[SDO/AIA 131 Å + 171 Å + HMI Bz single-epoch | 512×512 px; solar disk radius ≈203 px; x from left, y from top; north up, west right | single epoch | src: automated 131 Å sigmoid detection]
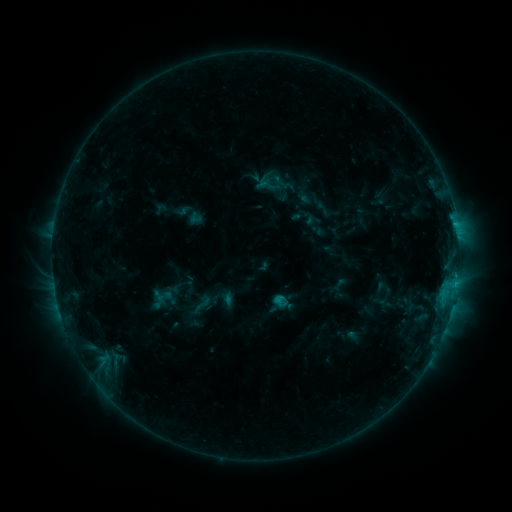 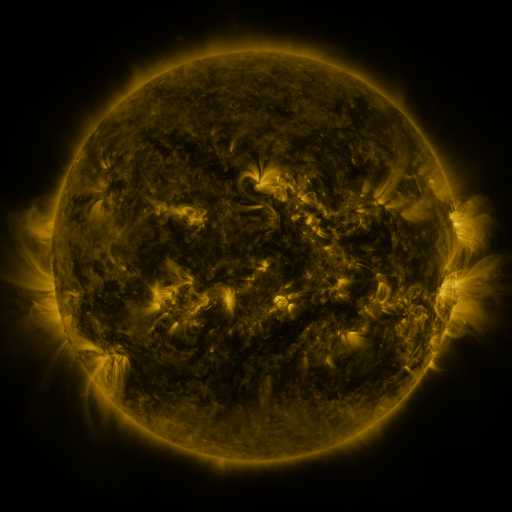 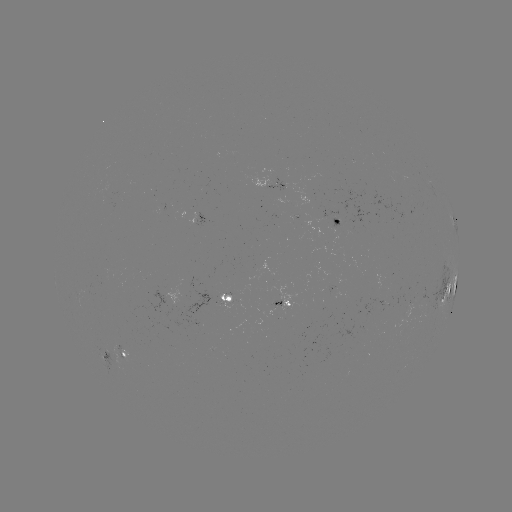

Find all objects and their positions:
sigmoid: (189, 293, 214, 315)
sigmoid: (273, 293, 289, 309)
